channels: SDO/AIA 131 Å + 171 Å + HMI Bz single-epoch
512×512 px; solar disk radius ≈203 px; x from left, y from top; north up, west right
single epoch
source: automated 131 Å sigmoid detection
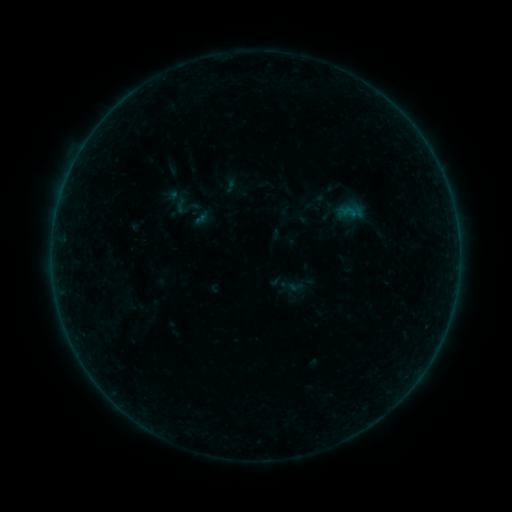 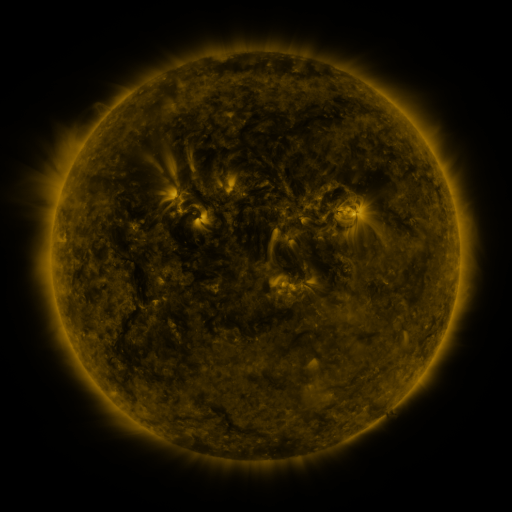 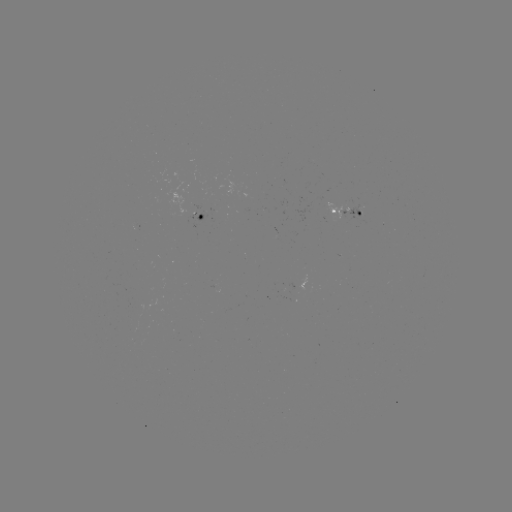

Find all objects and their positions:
sigmoid: (171, 195, 191, 215)
sigmoid: (191, 209, 212, 230)
